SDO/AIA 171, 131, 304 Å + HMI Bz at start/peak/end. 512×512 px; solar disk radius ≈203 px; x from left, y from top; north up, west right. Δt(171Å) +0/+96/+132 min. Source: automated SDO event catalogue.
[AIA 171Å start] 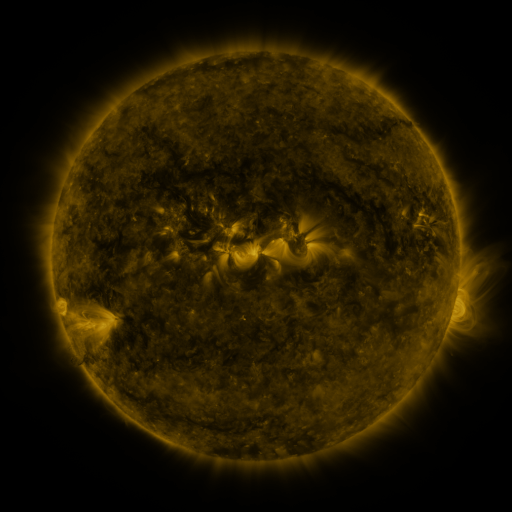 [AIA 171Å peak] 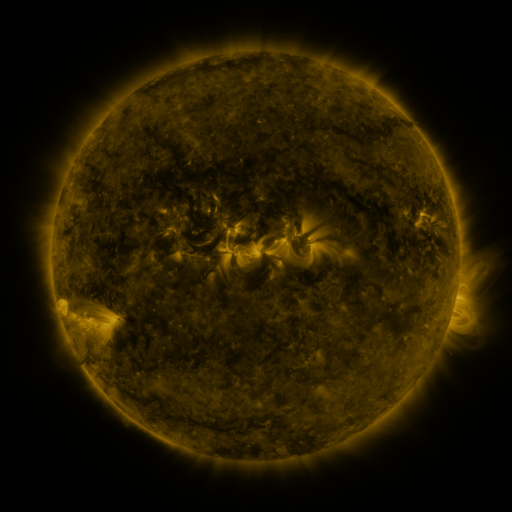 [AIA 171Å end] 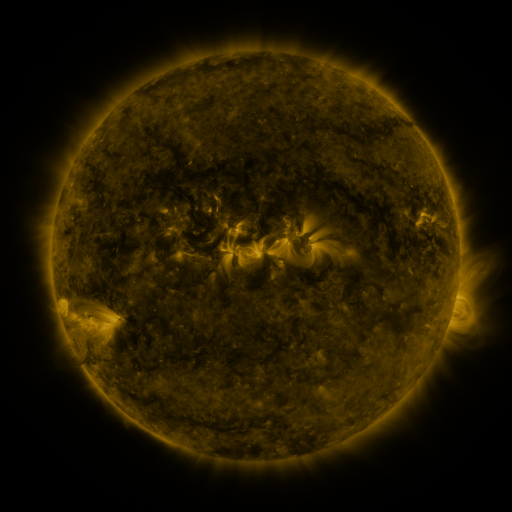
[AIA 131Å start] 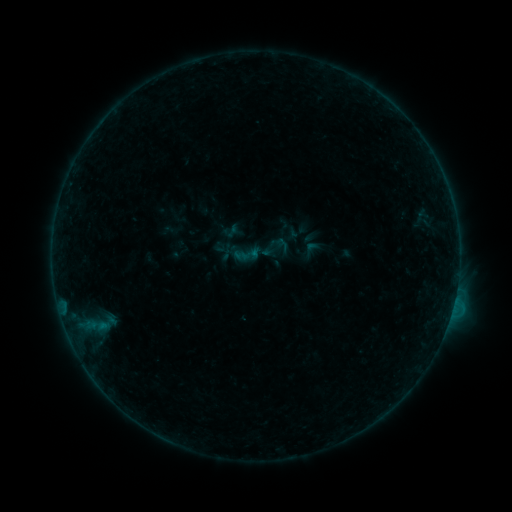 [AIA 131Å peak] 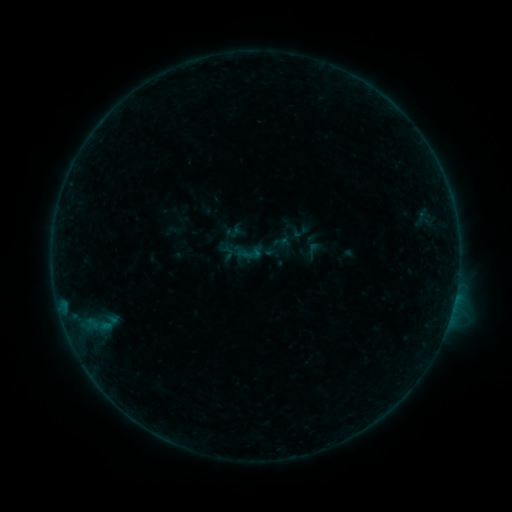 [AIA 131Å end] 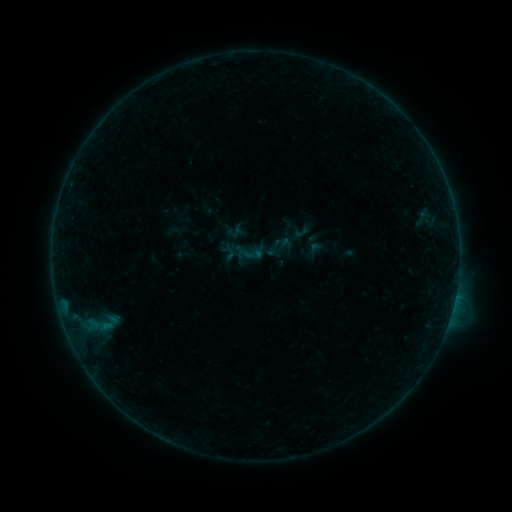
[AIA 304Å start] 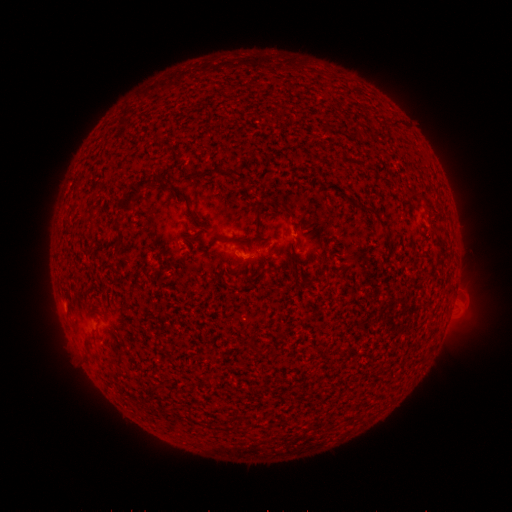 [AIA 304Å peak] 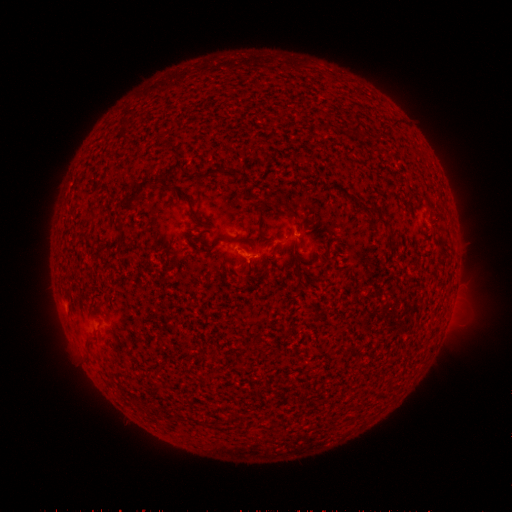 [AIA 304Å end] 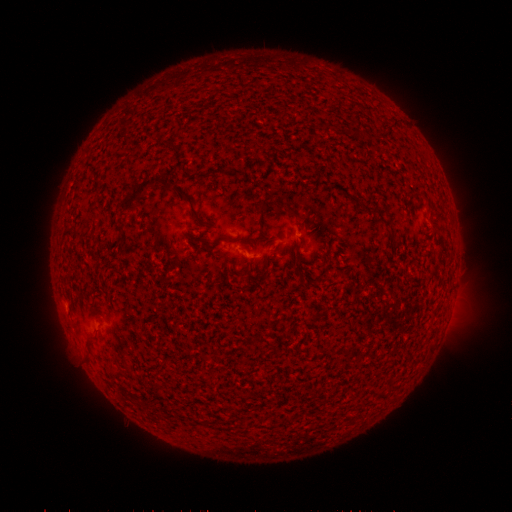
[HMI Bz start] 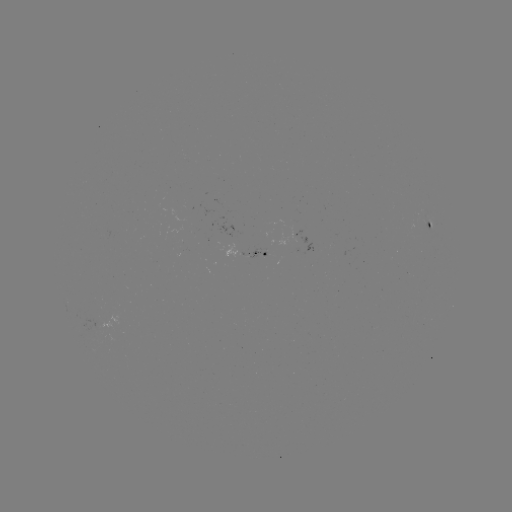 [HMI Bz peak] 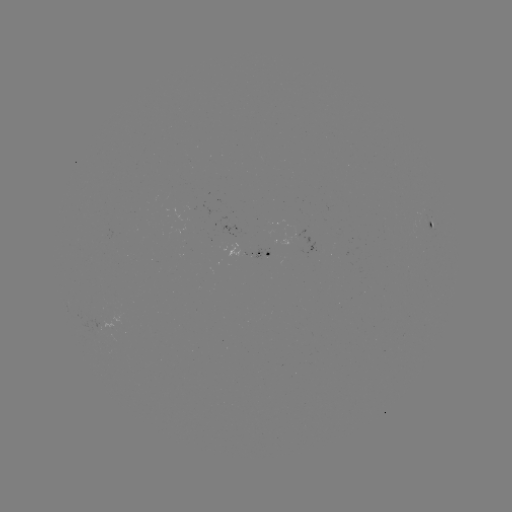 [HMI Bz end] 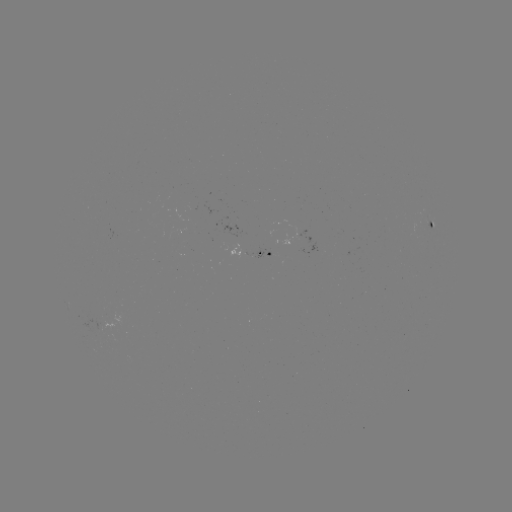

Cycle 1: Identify emerging-flux region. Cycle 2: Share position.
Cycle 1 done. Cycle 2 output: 424,214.